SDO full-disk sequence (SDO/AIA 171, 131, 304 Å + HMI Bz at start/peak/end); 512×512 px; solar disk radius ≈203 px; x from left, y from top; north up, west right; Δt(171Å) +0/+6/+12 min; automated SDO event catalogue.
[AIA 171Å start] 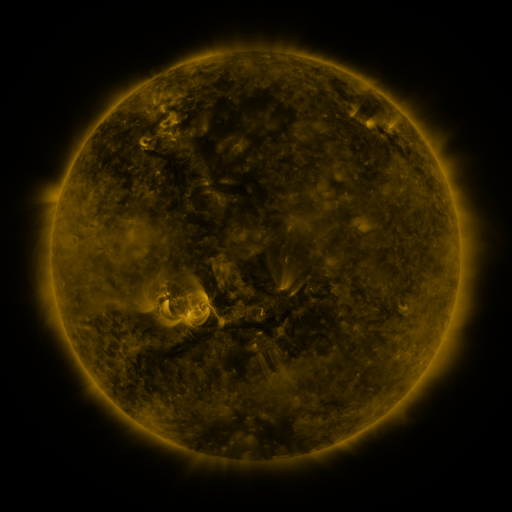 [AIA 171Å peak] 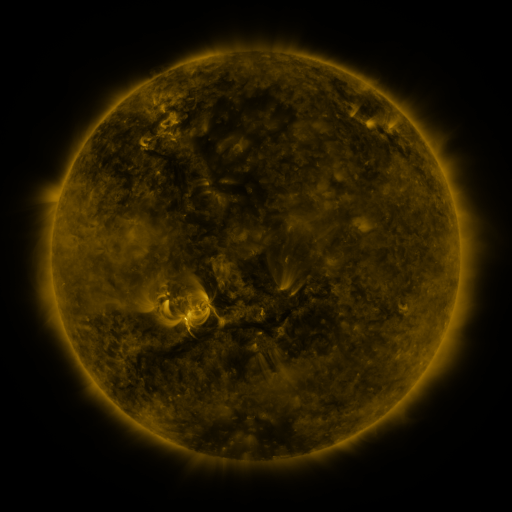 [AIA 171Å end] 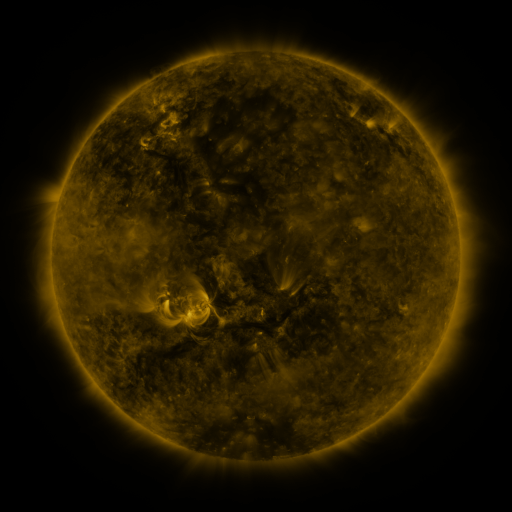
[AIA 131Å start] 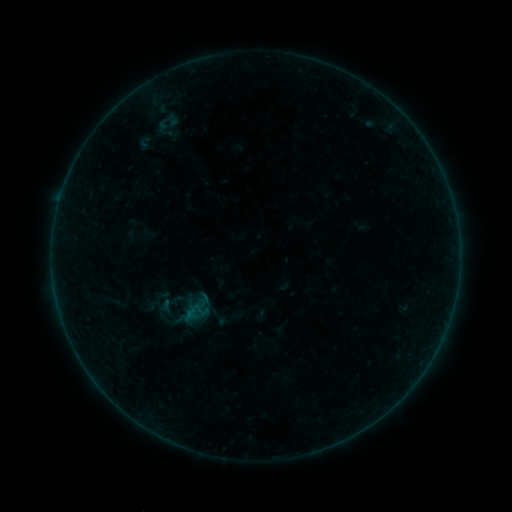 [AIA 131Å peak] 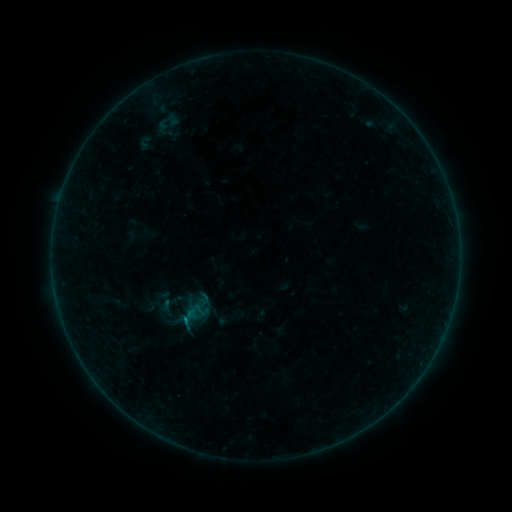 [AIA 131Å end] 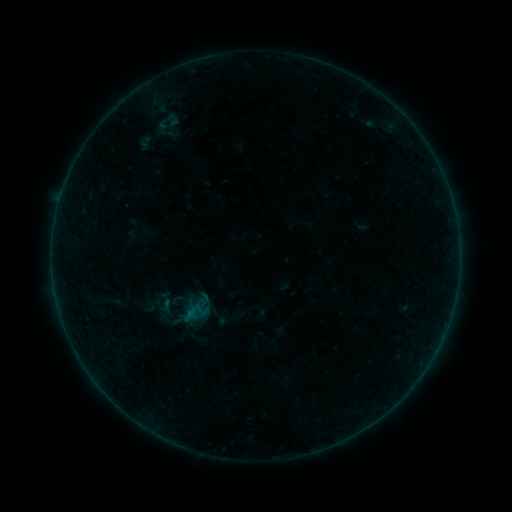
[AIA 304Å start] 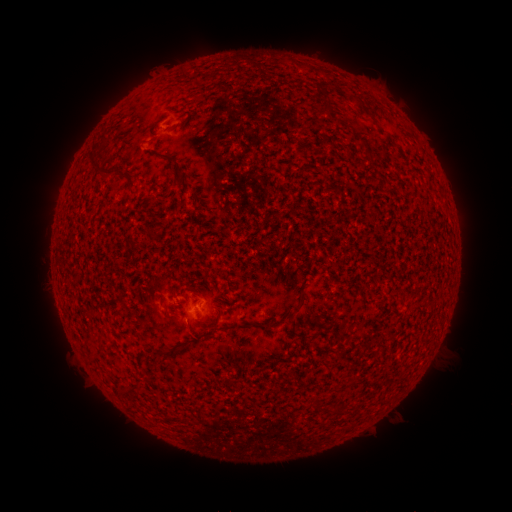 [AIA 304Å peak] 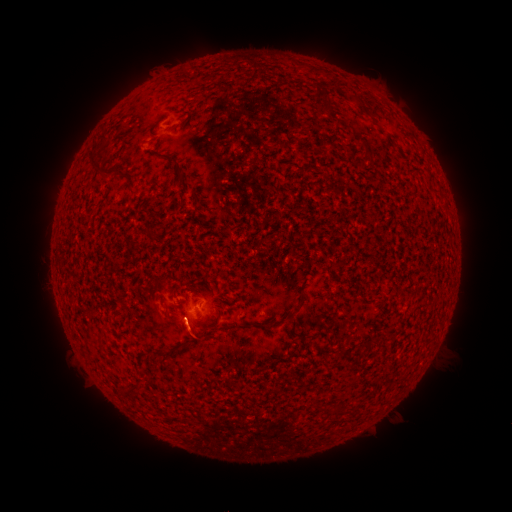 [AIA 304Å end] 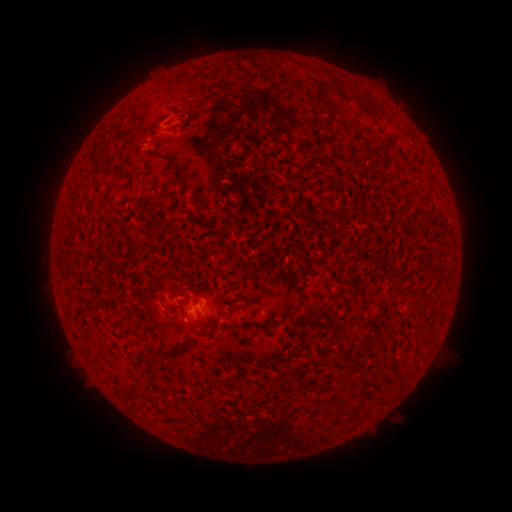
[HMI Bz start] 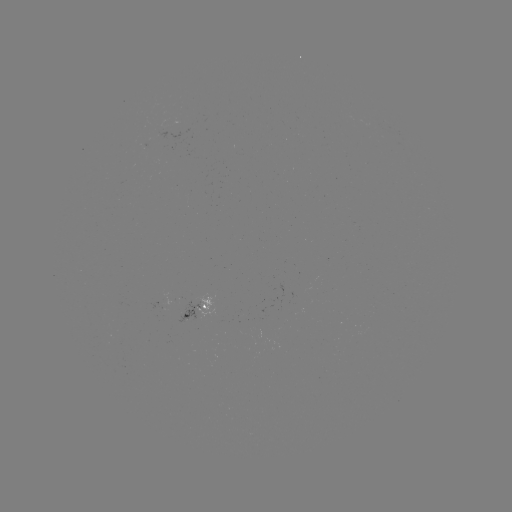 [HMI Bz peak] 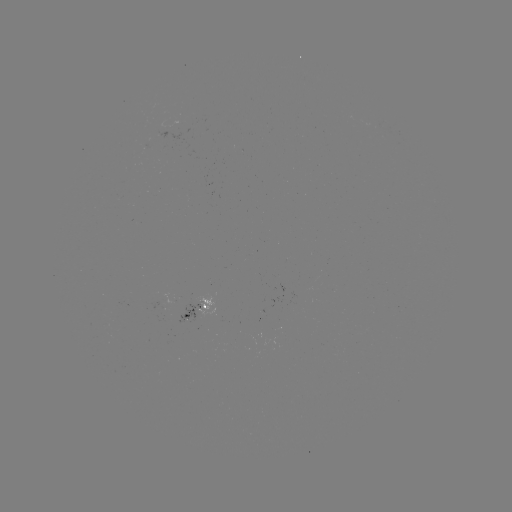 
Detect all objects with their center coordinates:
B1.4 flare: (186, 320)
